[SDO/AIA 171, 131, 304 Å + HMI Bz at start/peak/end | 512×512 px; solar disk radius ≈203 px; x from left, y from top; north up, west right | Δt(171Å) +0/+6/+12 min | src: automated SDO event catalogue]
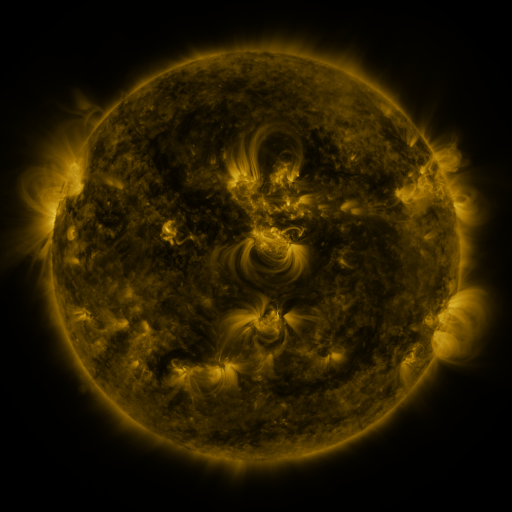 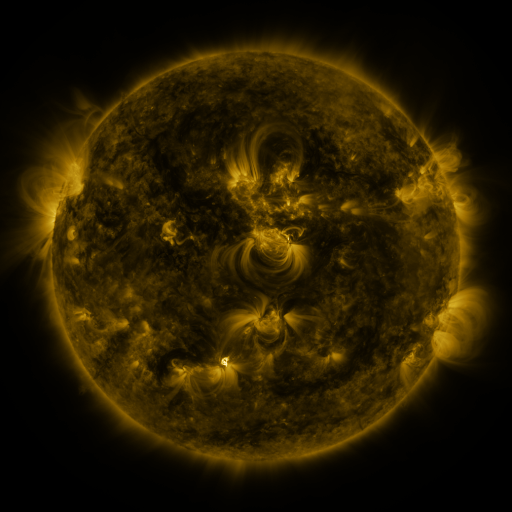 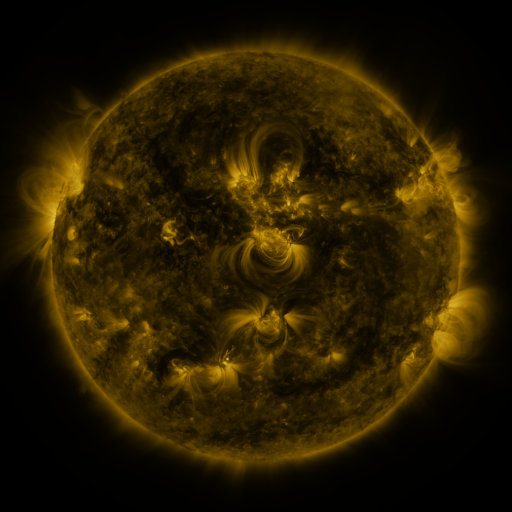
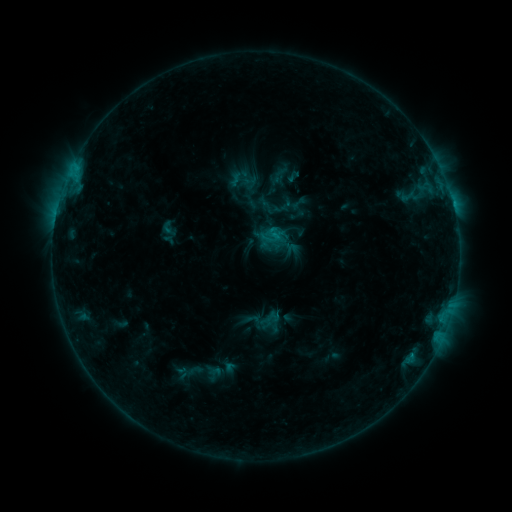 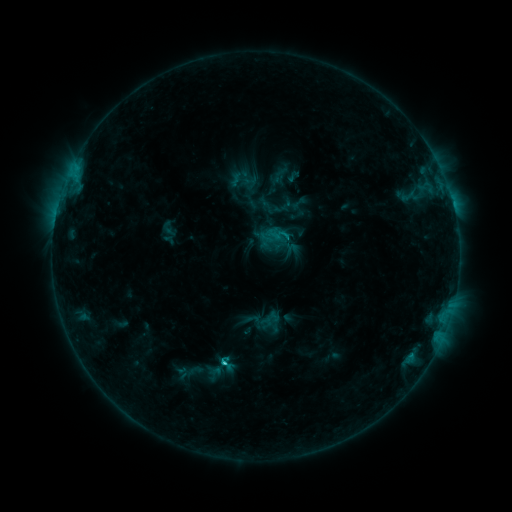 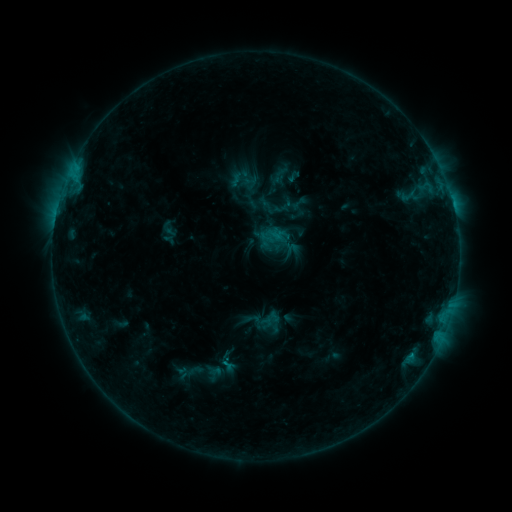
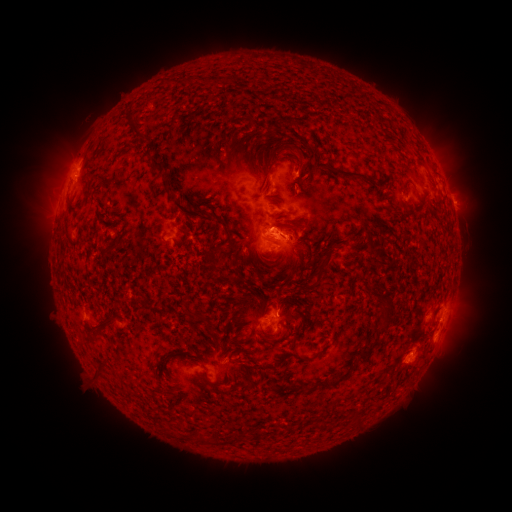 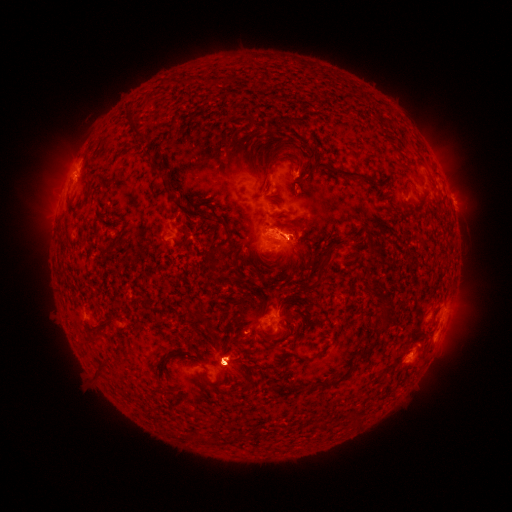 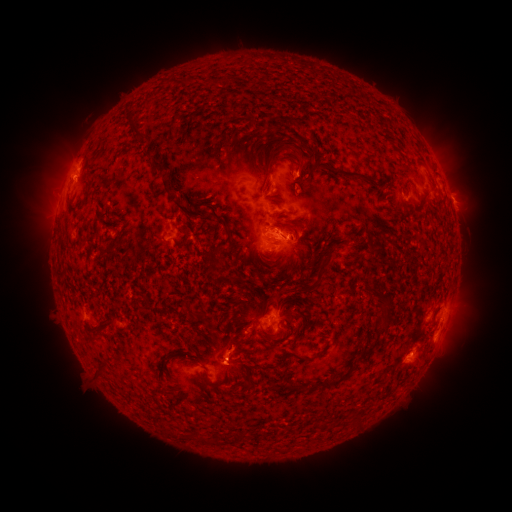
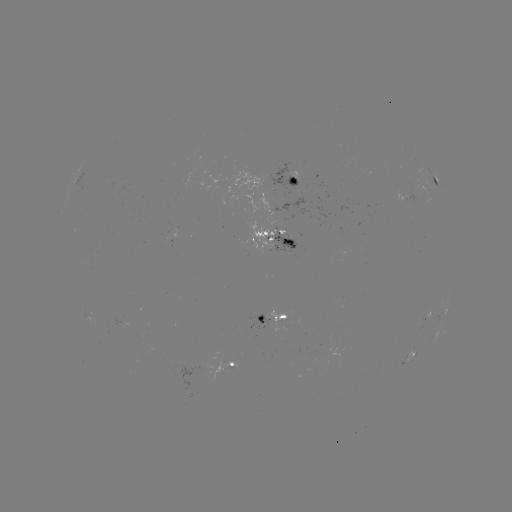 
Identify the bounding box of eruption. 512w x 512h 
[412, 282, 486, 391].